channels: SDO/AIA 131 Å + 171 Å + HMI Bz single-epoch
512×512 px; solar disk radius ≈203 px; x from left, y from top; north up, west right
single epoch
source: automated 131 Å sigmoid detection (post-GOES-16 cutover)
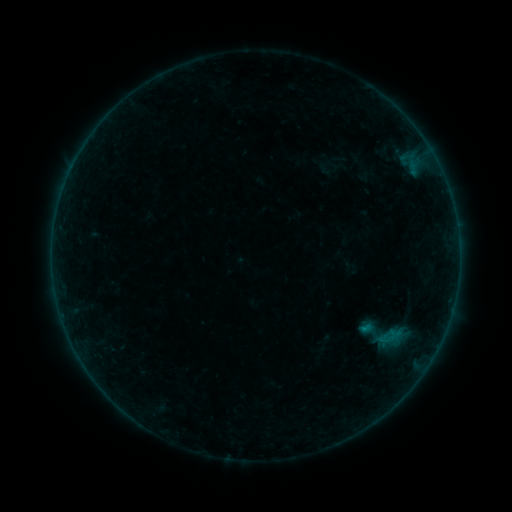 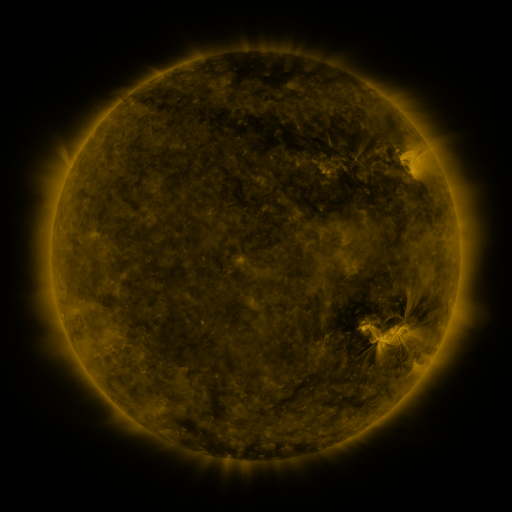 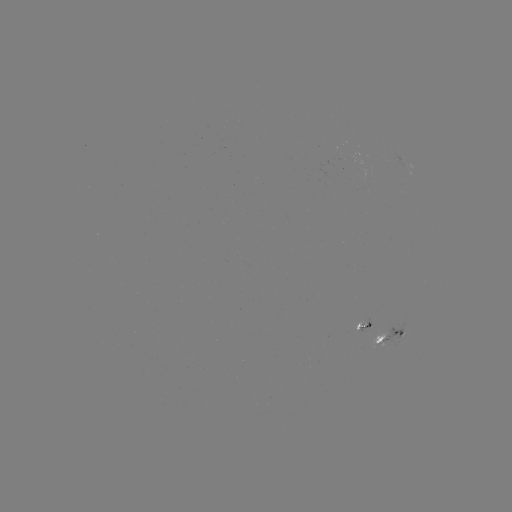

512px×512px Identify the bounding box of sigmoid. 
[352, 303, 415, 366].